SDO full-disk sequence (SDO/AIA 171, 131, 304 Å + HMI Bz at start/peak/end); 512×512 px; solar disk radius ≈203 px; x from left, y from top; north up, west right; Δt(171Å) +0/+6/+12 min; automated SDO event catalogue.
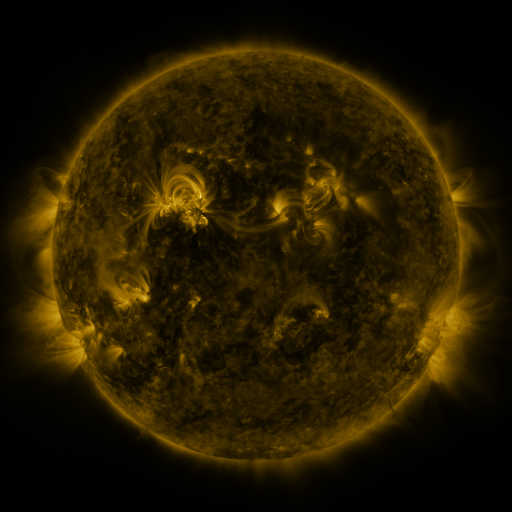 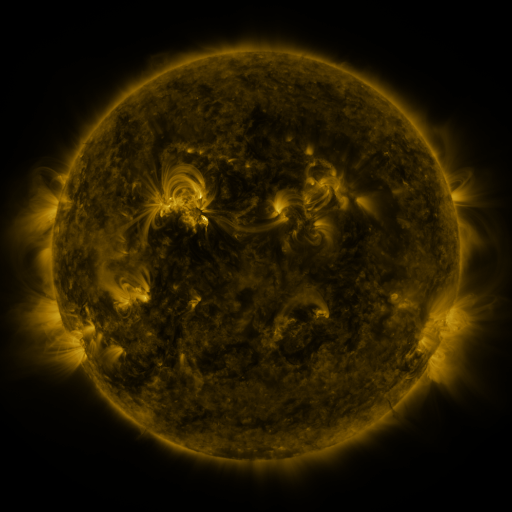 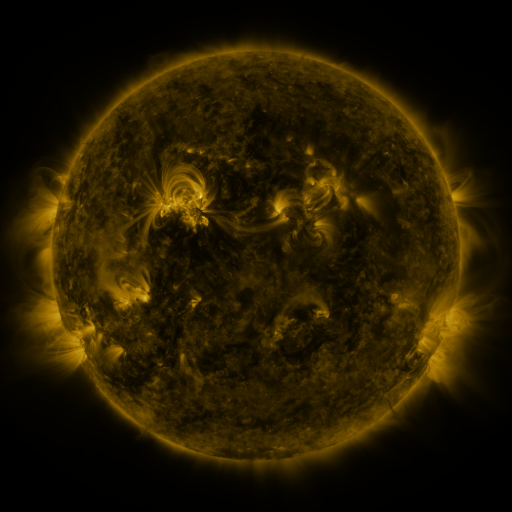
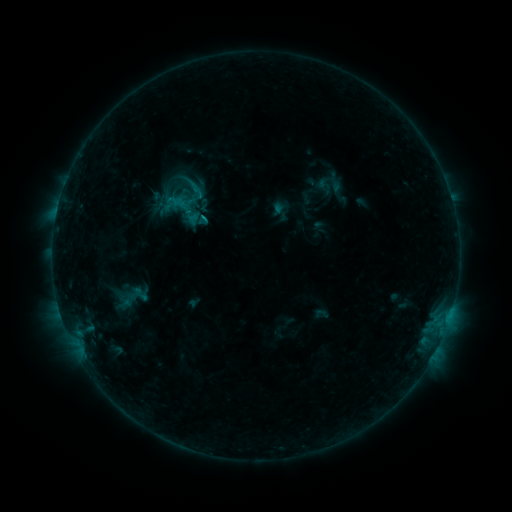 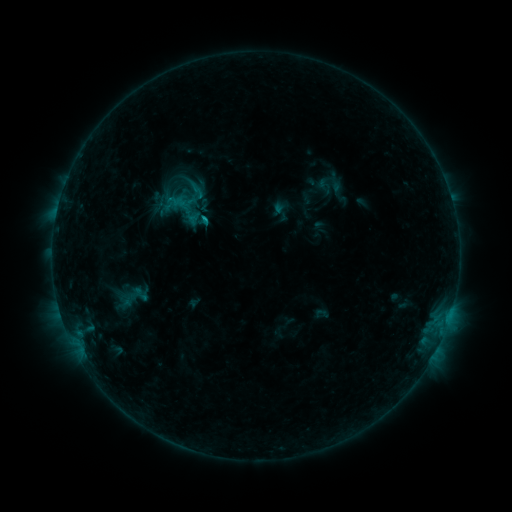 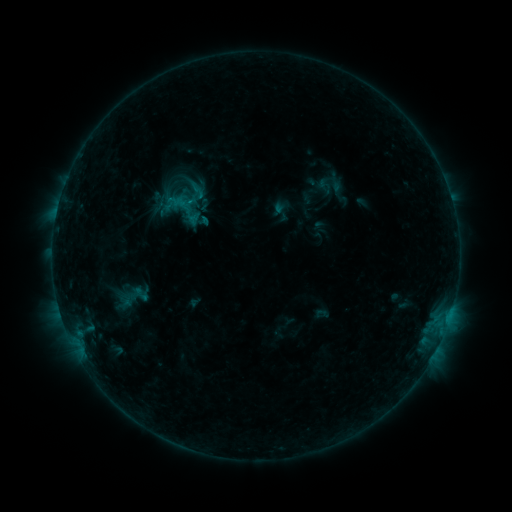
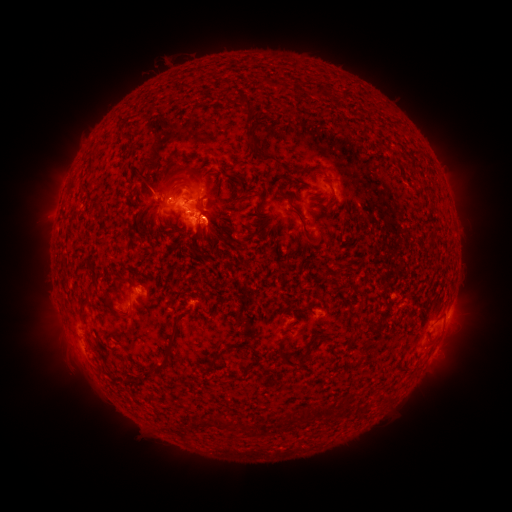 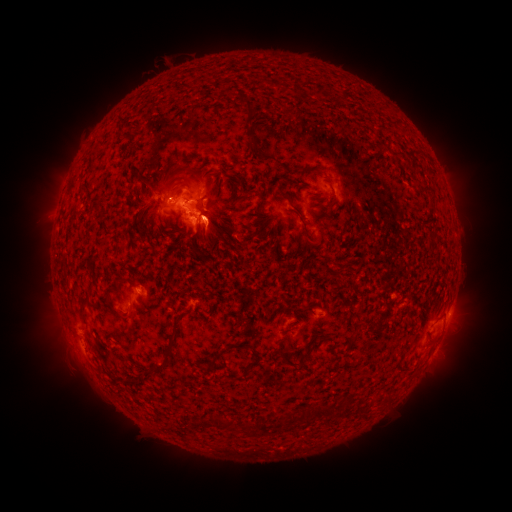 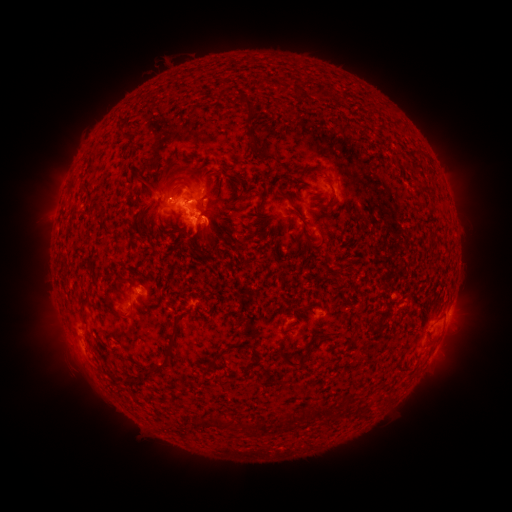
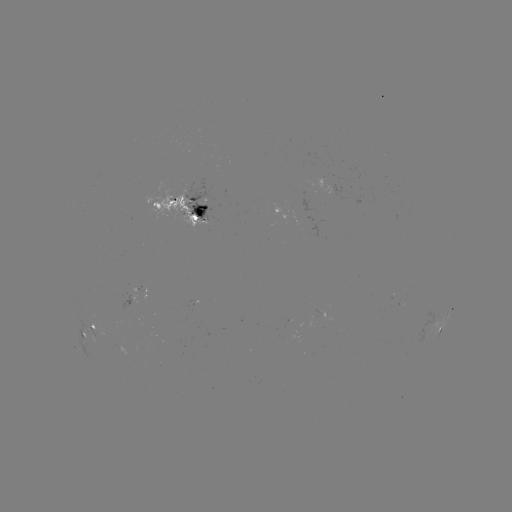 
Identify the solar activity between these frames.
eruption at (60, 339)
